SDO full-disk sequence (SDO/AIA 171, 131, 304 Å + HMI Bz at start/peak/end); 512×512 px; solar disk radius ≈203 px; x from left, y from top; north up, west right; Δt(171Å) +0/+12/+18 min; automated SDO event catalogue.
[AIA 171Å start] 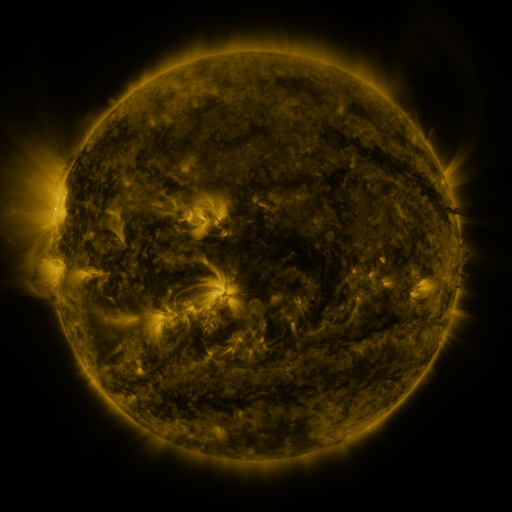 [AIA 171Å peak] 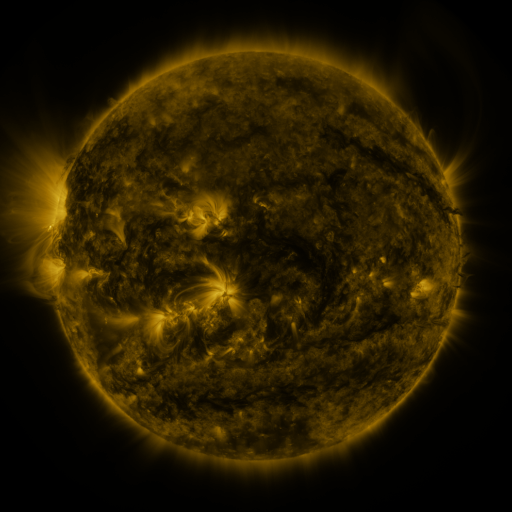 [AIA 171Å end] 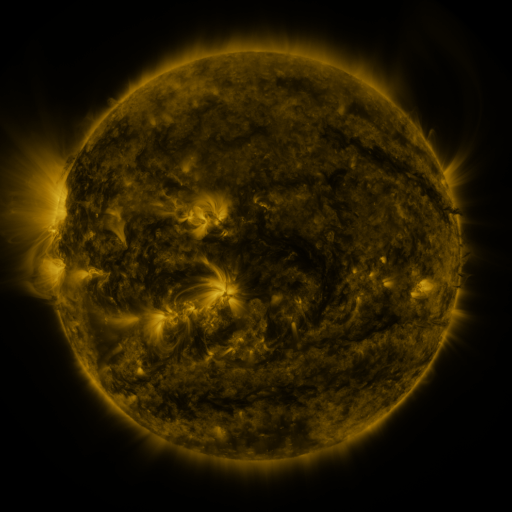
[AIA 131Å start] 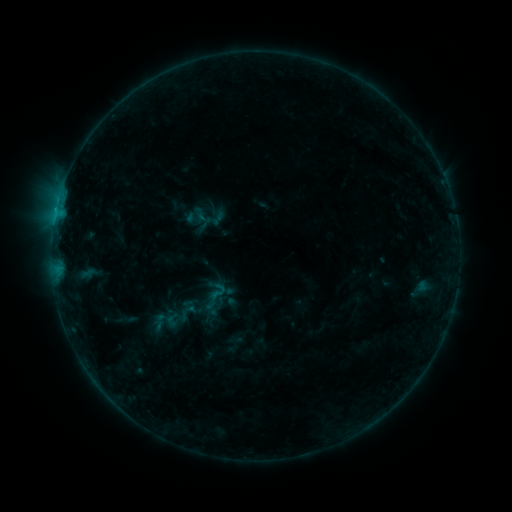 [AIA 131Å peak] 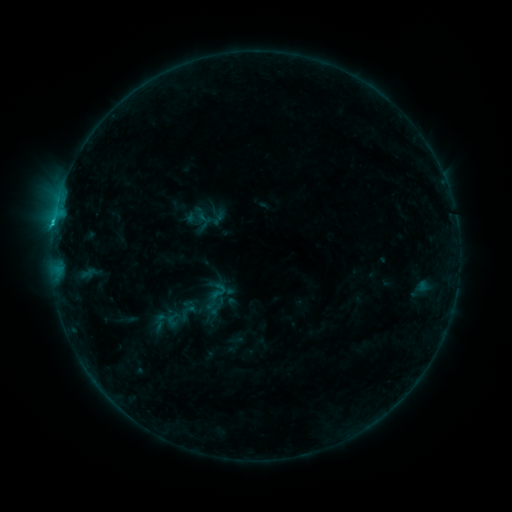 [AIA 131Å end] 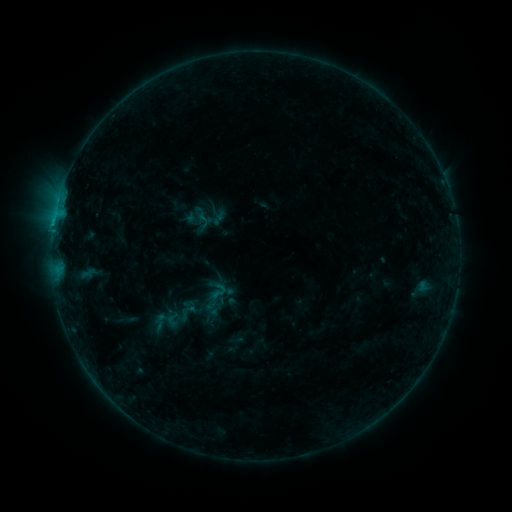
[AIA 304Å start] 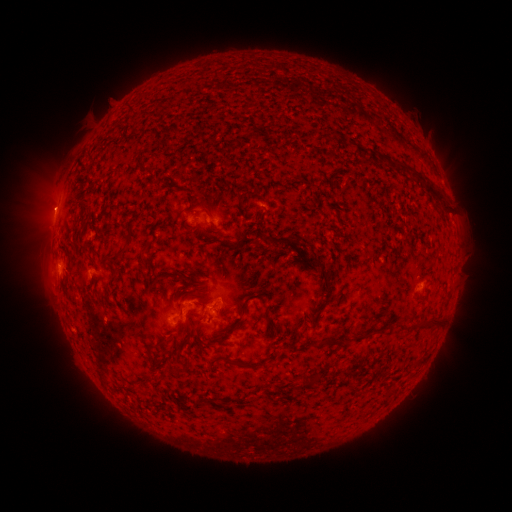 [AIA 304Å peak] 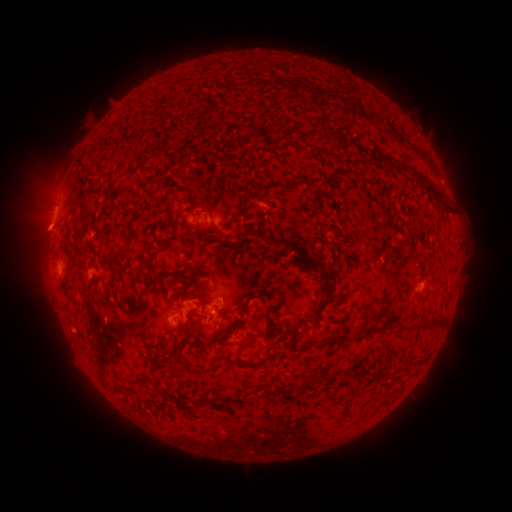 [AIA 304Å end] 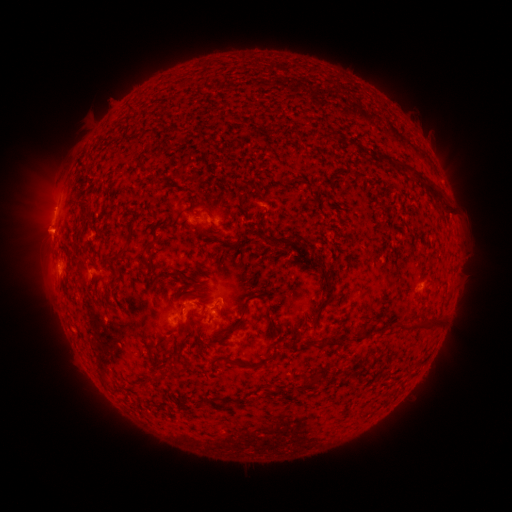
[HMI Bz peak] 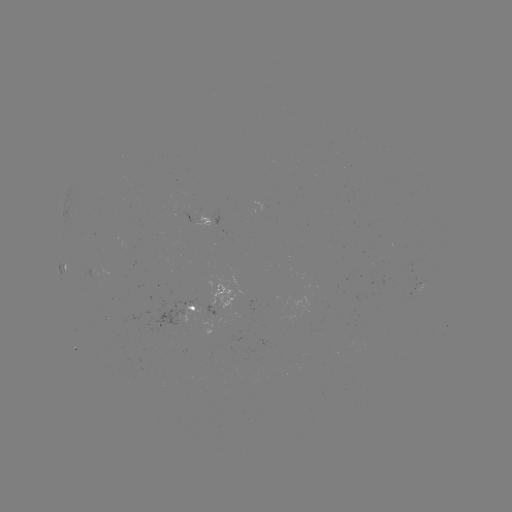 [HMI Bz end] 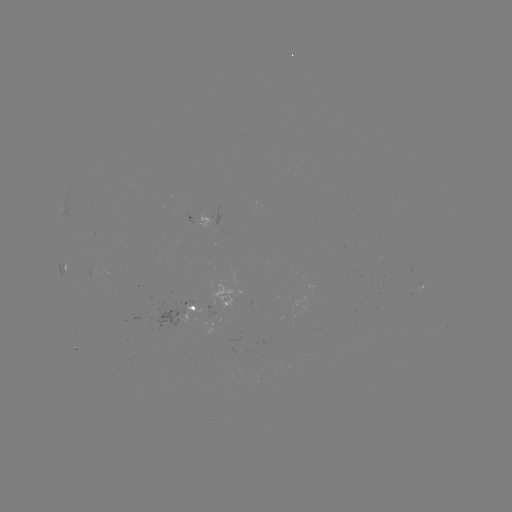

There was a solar flare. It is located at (215, 309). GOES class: B6.9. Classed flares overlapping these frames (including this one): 1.